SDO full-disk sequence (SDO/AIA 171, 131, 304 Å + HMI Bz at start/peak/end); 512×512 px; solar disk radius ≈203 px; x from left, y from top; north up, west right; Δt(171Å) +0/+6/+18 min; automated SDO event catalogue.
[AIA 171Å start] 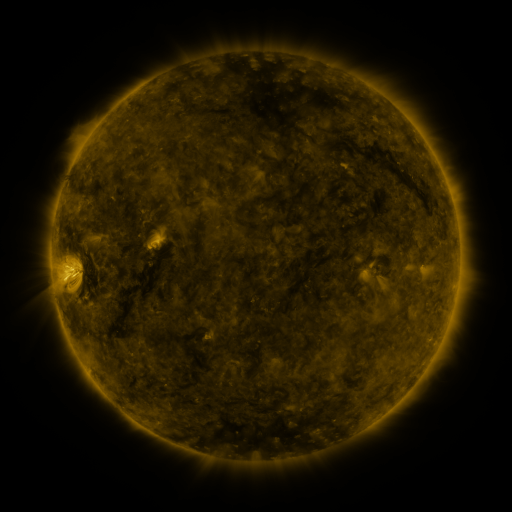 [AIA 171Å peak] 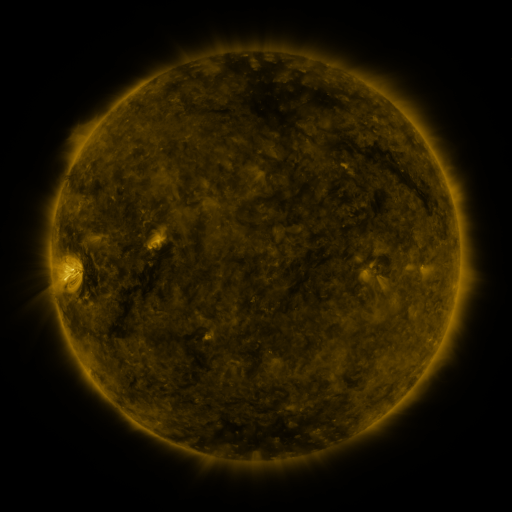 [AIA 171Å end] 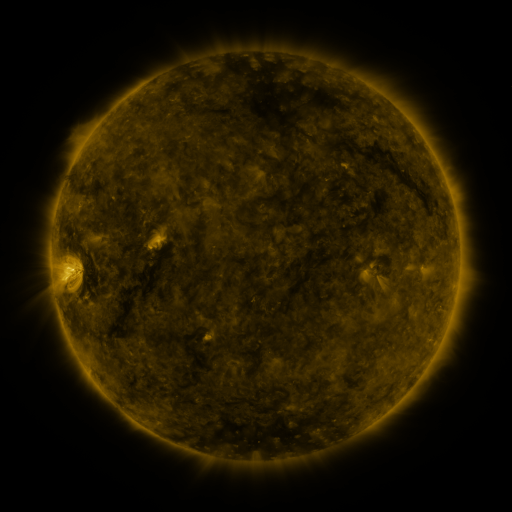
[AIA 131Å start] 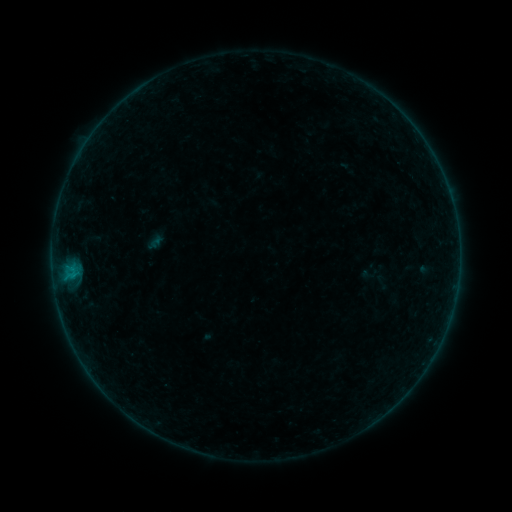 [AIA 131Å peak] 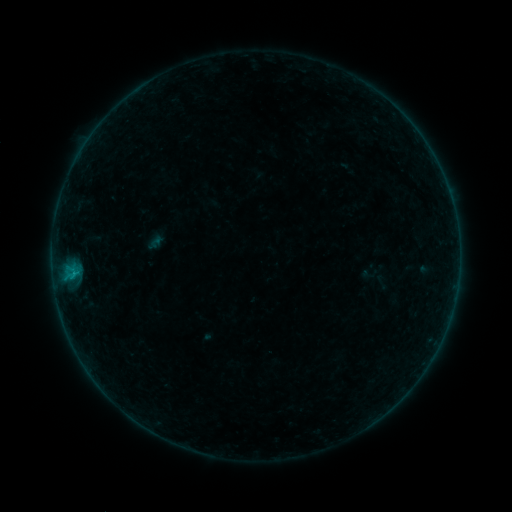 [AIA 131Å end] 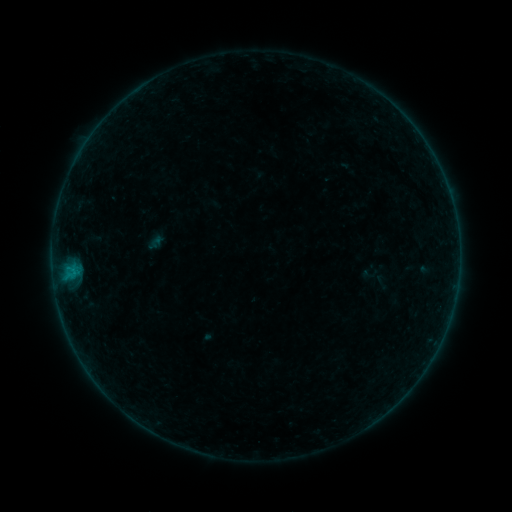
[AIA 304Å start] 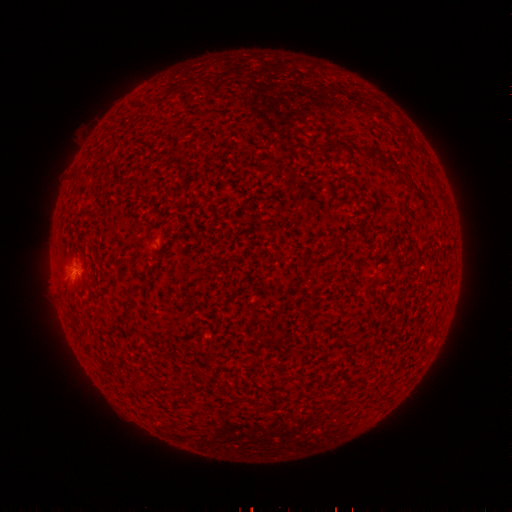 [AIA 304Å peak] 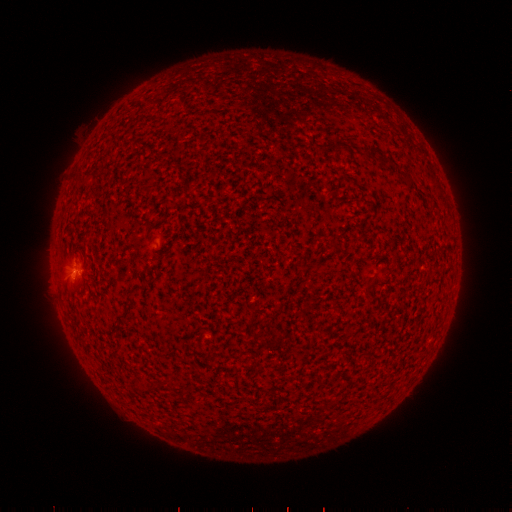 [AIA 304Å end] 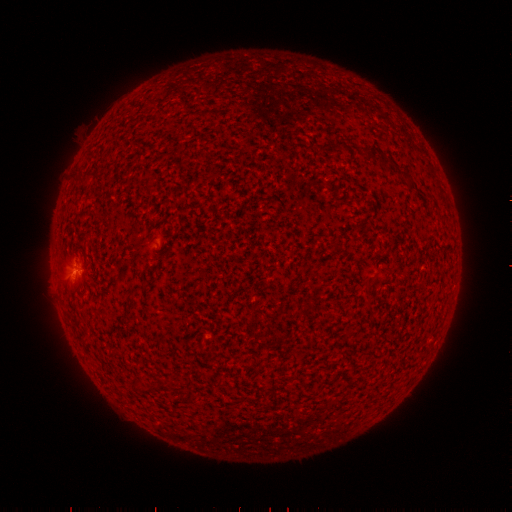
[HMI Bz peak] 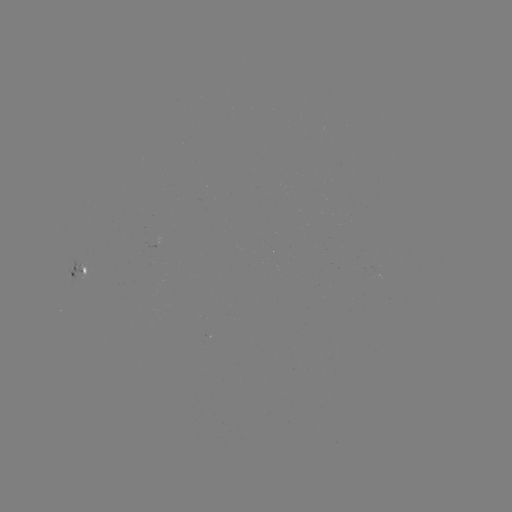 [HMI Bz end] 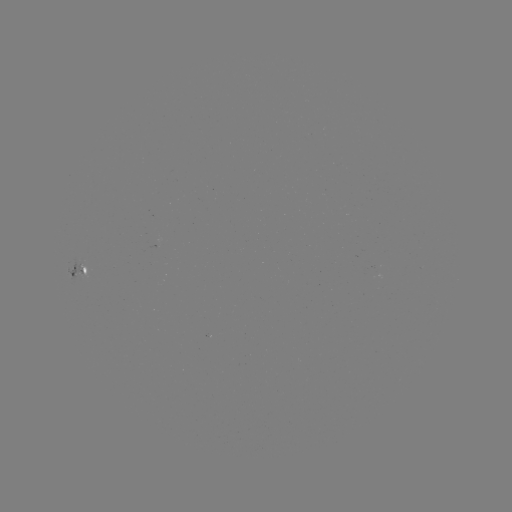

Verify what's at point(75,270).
B2.4 flare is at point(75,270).